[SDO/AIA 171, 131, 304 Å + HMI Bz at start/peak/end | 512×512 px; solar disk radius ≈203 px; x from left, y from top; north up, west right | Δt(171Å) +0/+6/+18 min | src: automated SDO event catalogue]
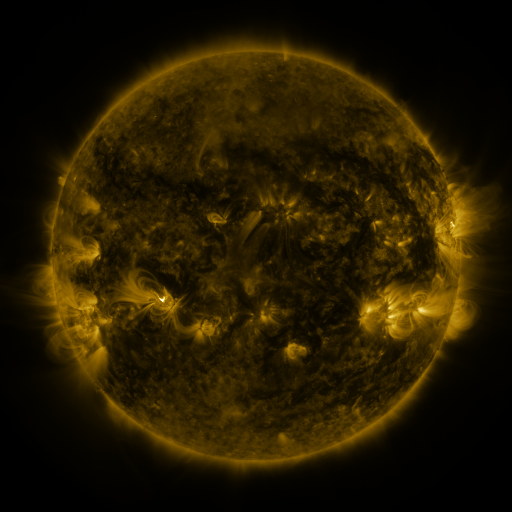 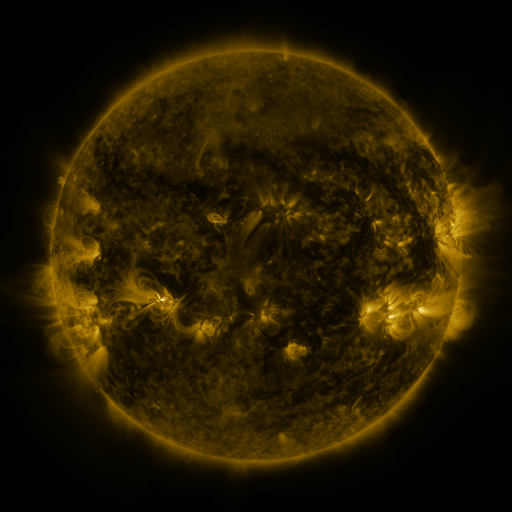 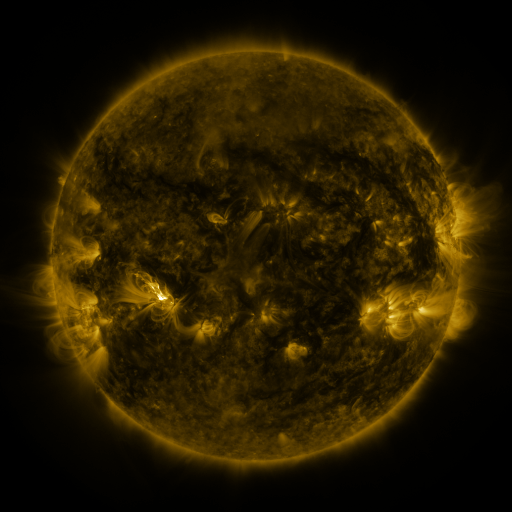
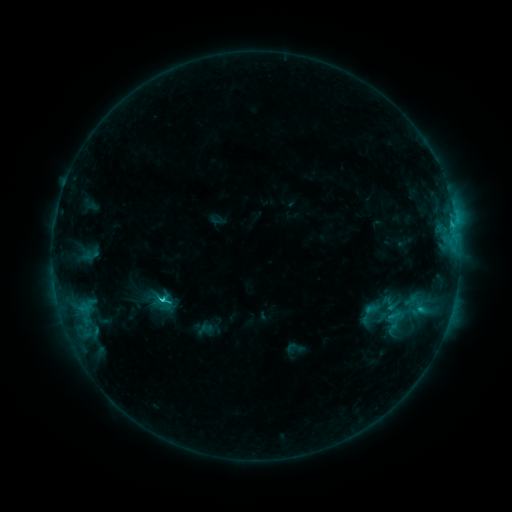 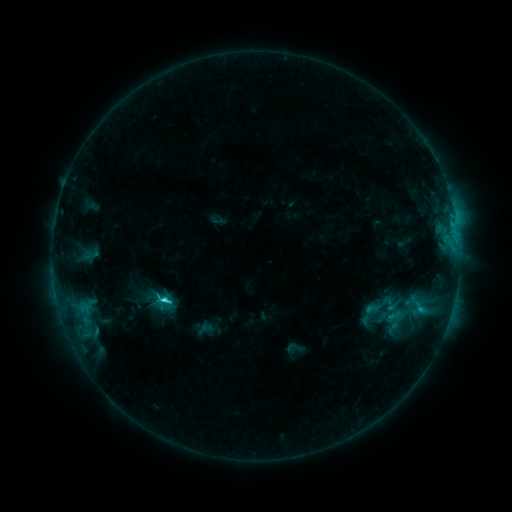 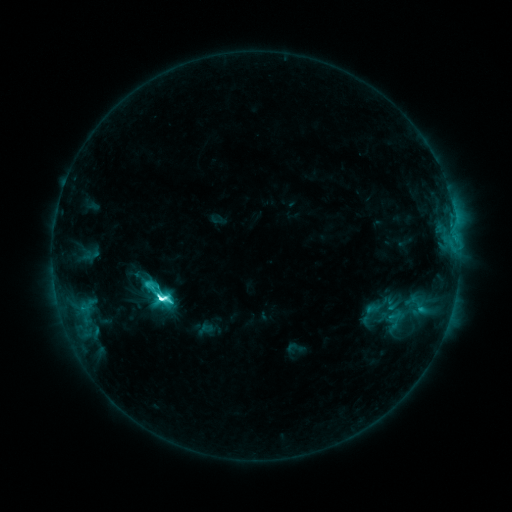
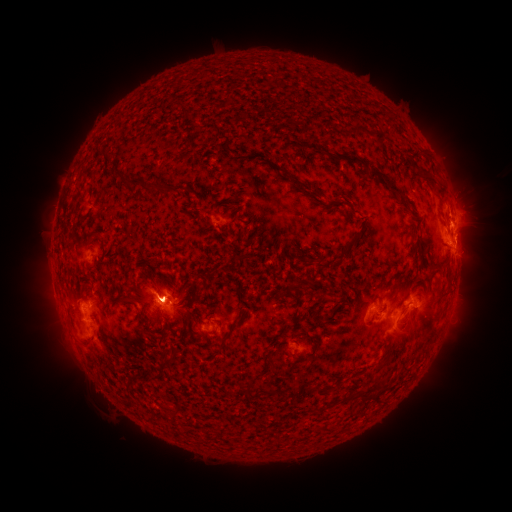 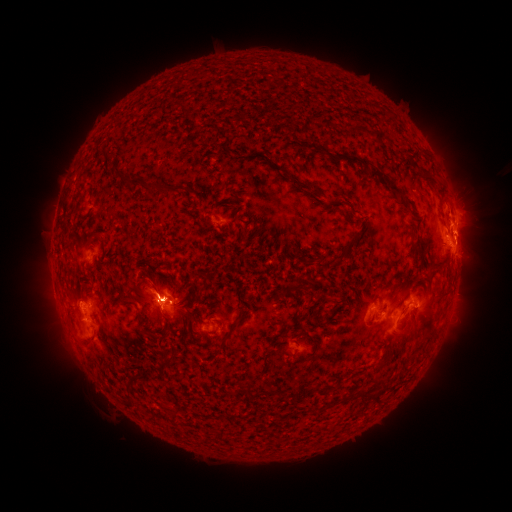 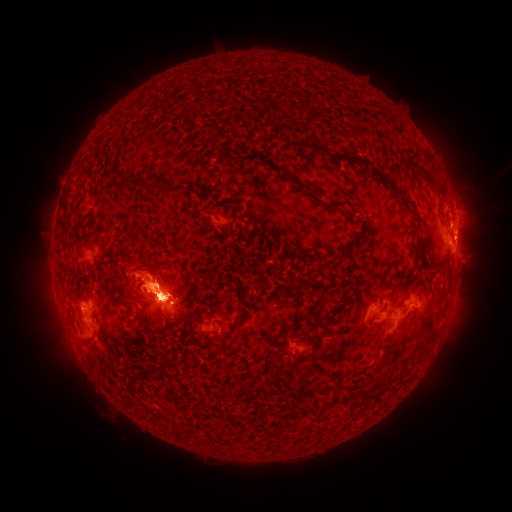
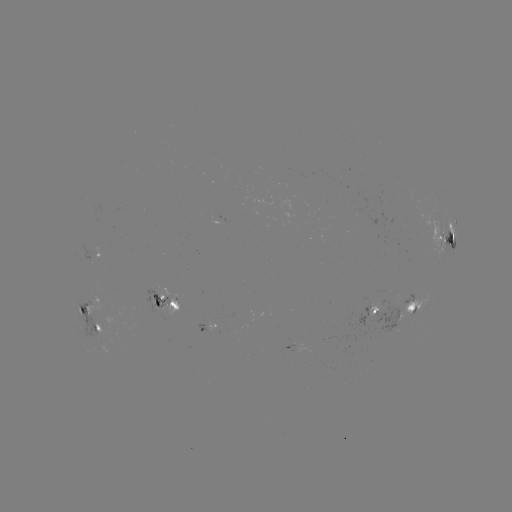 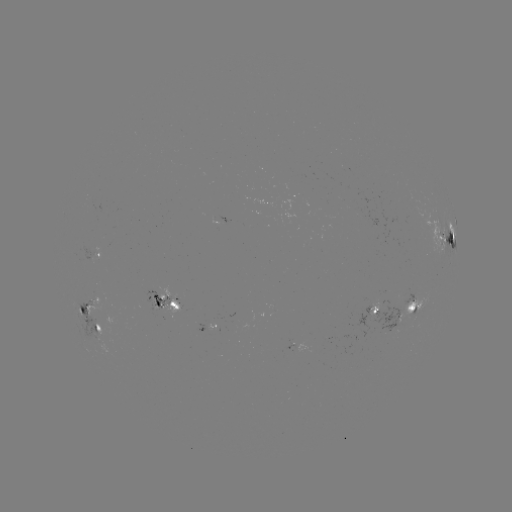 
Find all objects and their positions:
eruption: (464, 235)
